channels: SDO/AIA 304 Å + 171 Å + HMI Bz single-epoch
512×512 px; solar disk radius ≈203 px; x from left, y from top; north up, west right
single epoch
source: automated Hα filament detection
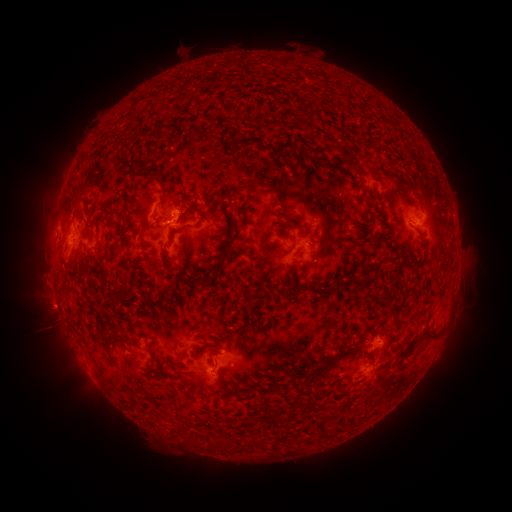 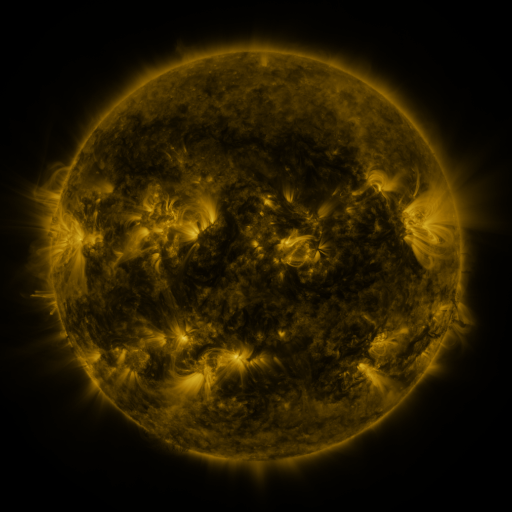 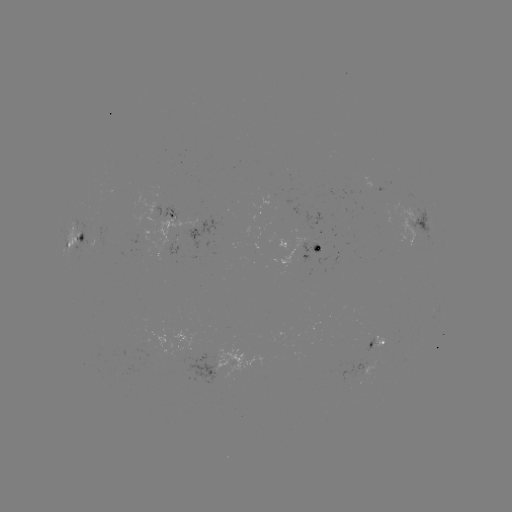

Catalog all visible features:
filament: <bbox>112, 136, 123, 147</bbox>
filament: <bbox>232, 138, 249, 147</bbox>
filament: <bbox>243, 178, 259, 188</bbox>
filament: <bbox>306, 179, 314, 190</bbox>
filament: <bbox>389, 182, 418, 209</bbox>
filament: <bbox>158, 183, 178, 203</bbox>
filament: <bbox>275, 197, 290, 212</bbox>
filament: <bbox>176, 210, 194, 221</bbox>
filament: <bbox>77, 235, 85, 245</bbox>
filament: <bbox>222, 252, 229, 262</bbox>
filament: <bbox>130, 264, 141, 272</bbox>
filament: <bbox>200, 275, 213, 284</bbox>
filament: <bbox>343, 275, 356, 284</bbox>
filament: <bbox>323, 283, 337, 295</bbox>
filament: <bbox>387, 303, 397, 314</bbox>
filament: <bbox>101, 304, 111, 313</bbox>
filament: <bbox>100, 328, 110, 337</bbox>
filament: <bbox>424, 328, 439, 338</bbox>
filament: <bbox>324, 341, 349, 371</bbox>
filament: <bbox>219, 382, 238, 395</bbox>
